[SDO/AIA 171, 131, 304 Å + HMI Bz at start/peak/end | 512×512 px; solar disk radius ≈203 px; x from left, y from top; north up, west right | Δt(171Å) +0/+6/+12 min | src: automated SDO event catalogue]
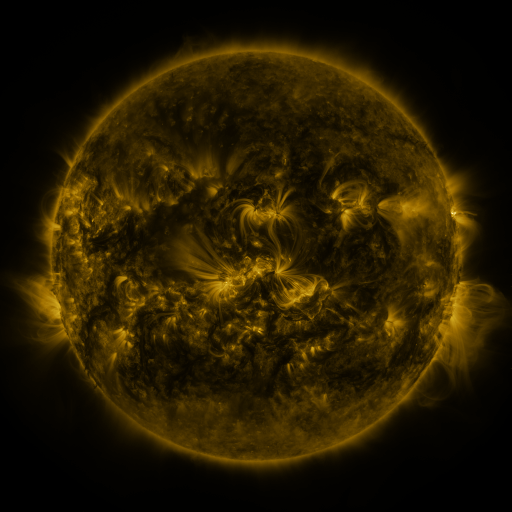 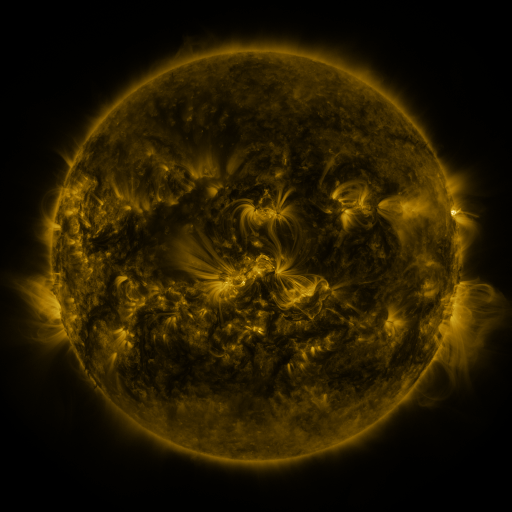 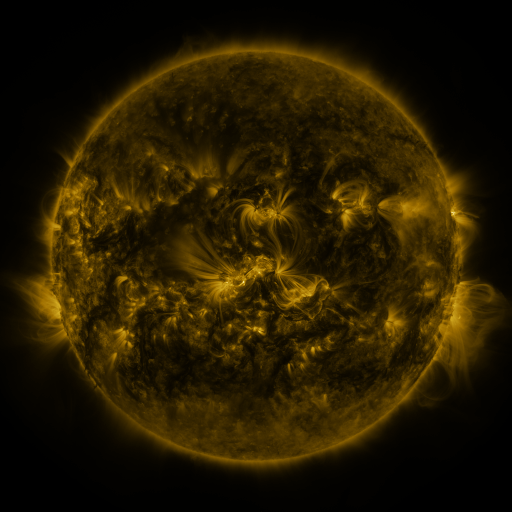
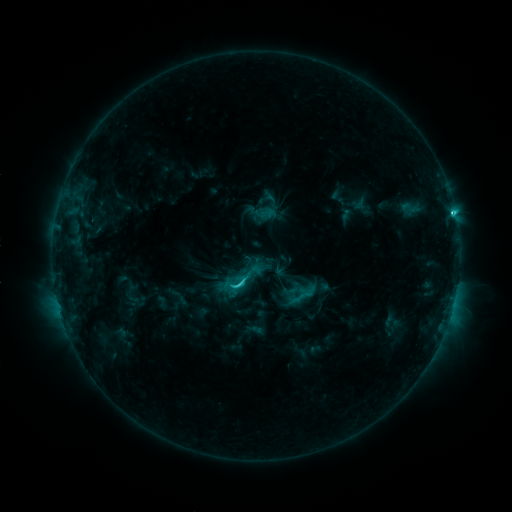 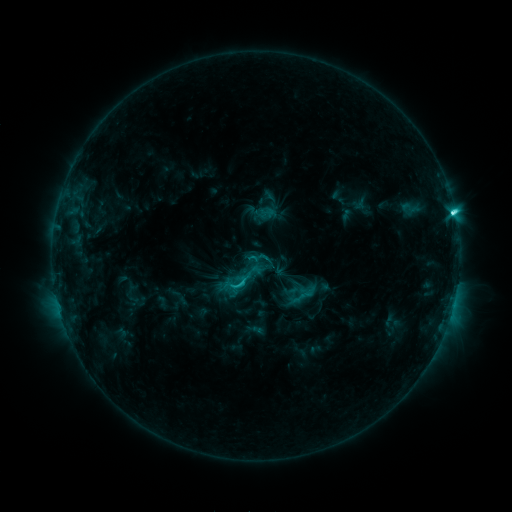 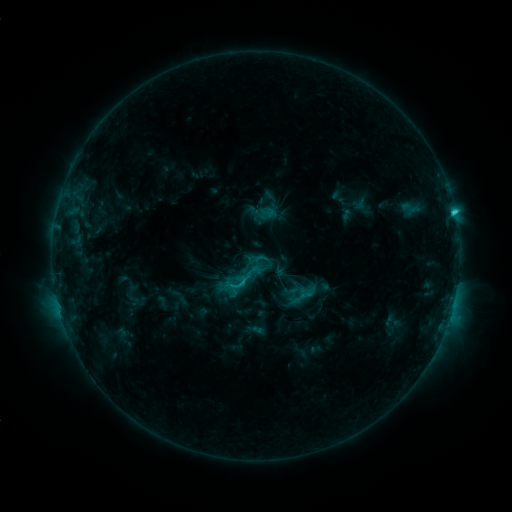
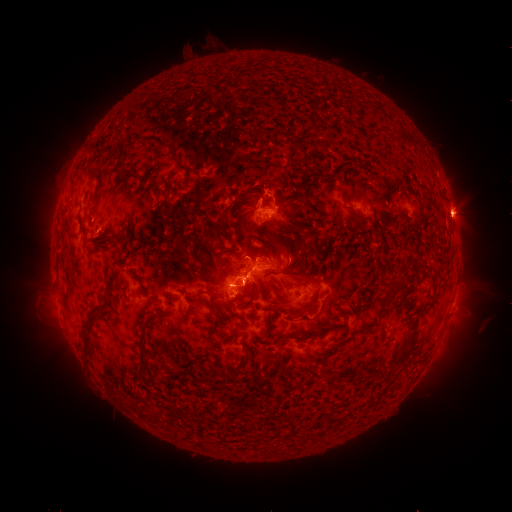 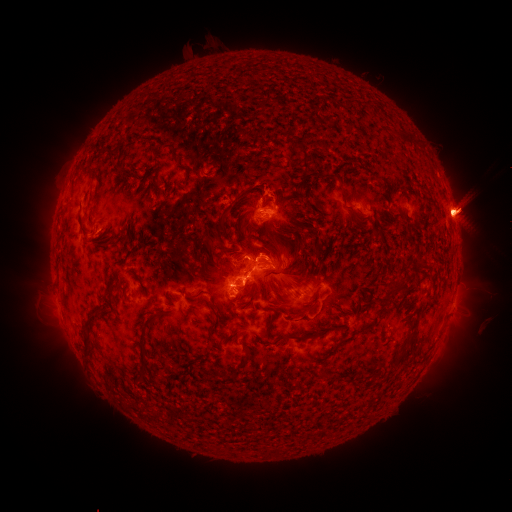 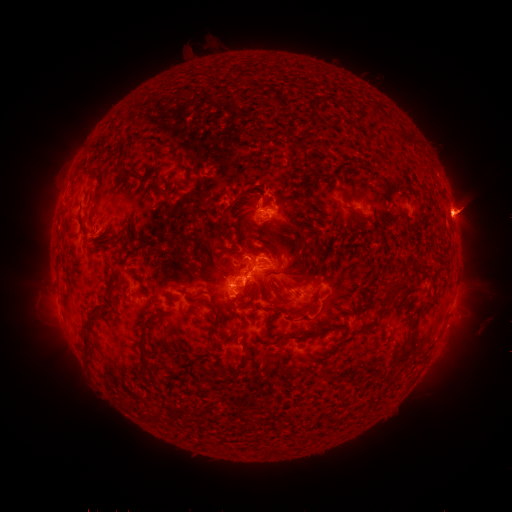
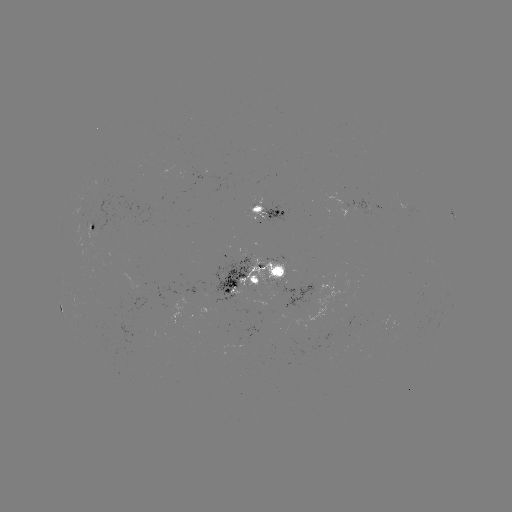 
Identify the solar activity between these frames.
eruption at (61, 203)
